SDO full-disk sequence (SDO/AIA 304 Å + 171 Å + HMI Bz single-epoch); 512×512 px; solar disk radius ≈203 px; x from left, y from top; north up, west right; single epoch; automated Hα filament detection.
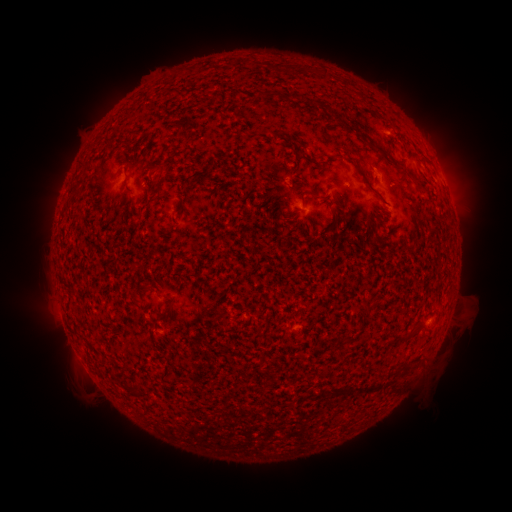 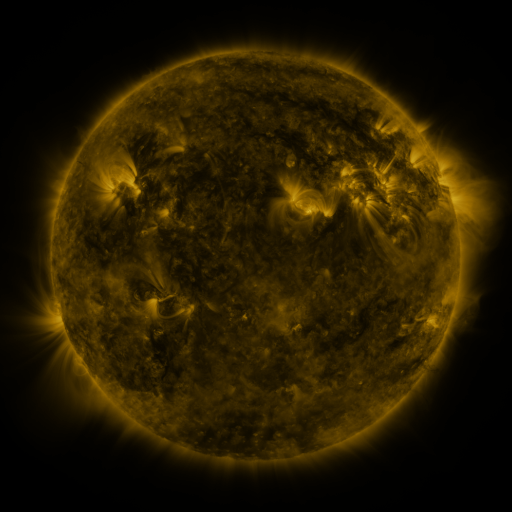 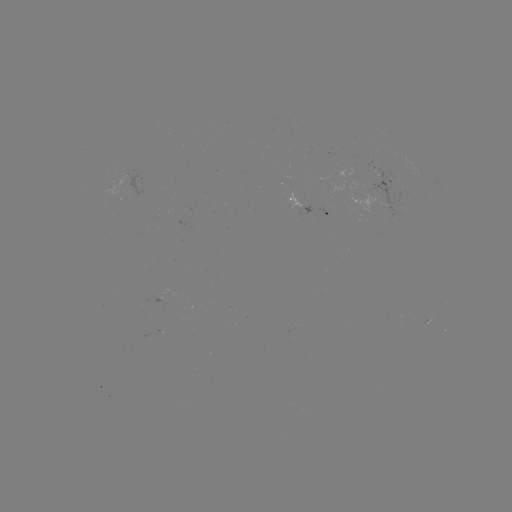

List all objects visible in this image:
filament: (292, 70)
filament: (312, 102)
filament: (337, 118)
filament: (403, 167)
filament: (363, 175)
filament: (126, 185)
filament: (168, 230)
filament: (167, 308)
filament: (412, 331)
